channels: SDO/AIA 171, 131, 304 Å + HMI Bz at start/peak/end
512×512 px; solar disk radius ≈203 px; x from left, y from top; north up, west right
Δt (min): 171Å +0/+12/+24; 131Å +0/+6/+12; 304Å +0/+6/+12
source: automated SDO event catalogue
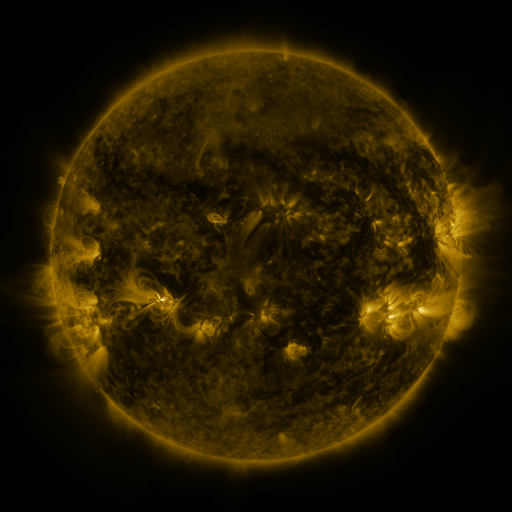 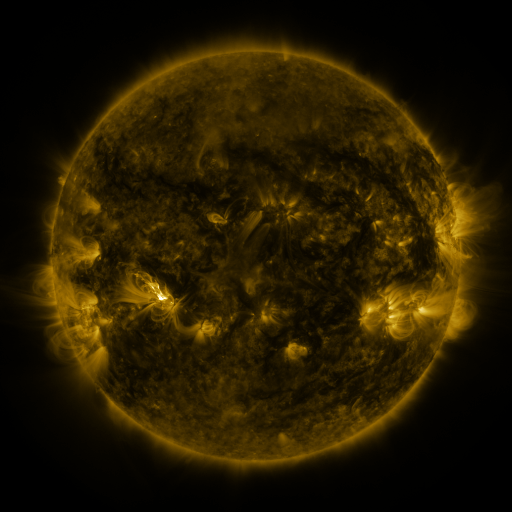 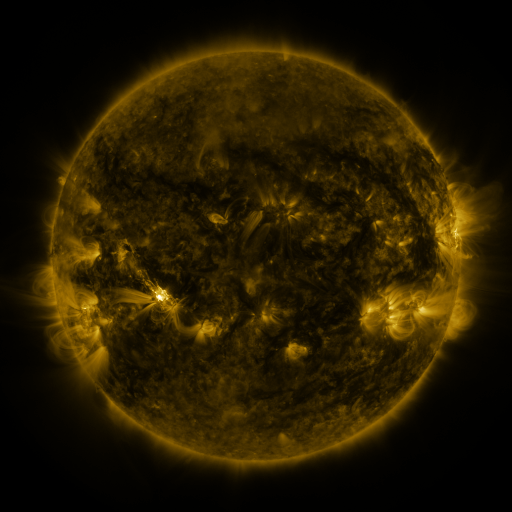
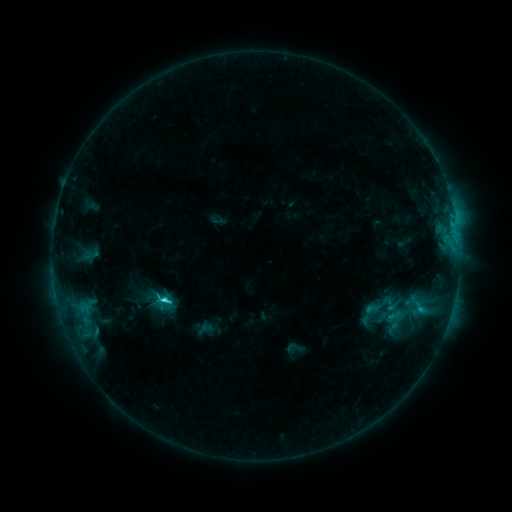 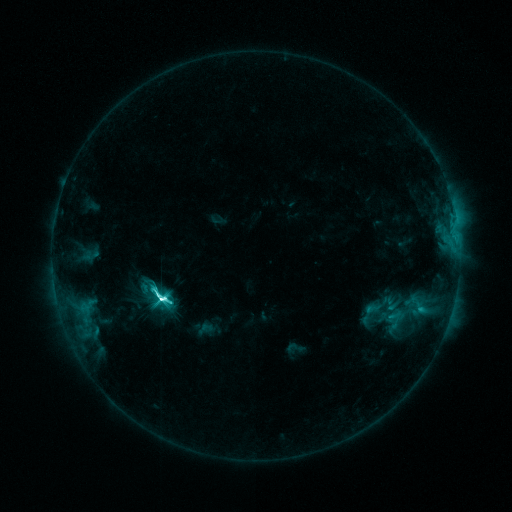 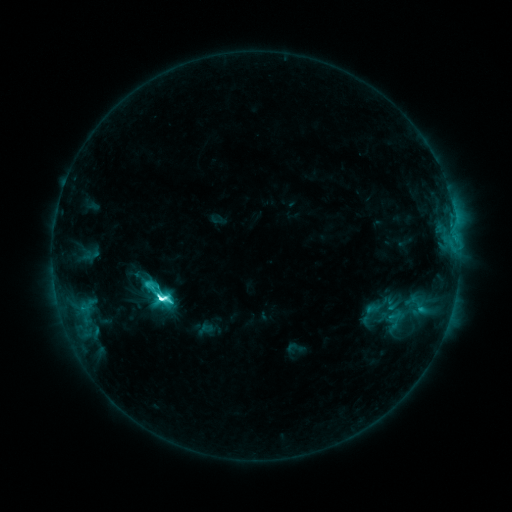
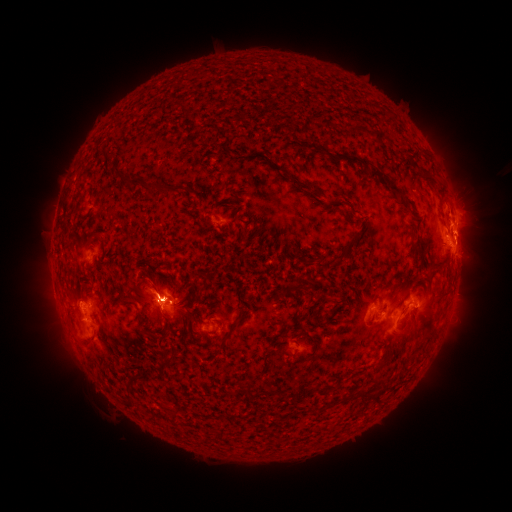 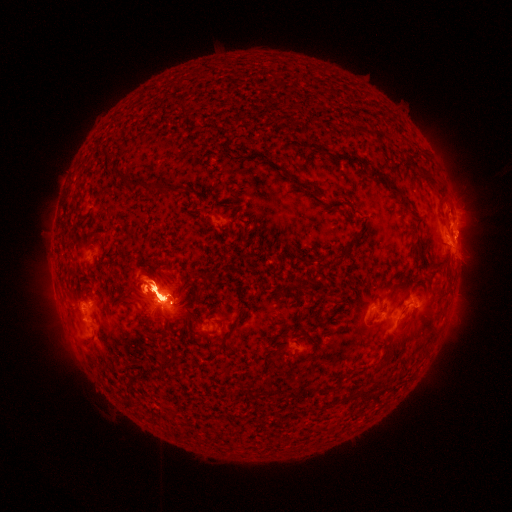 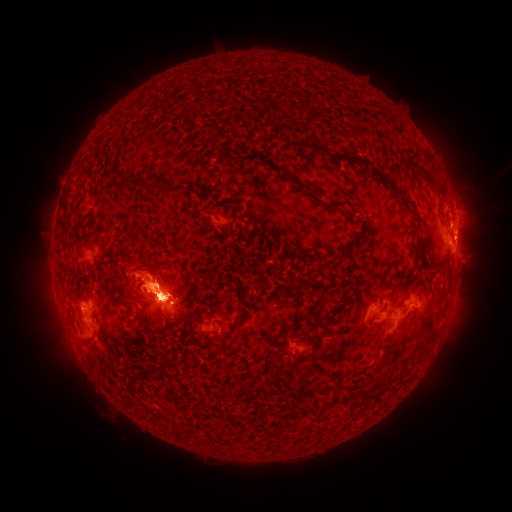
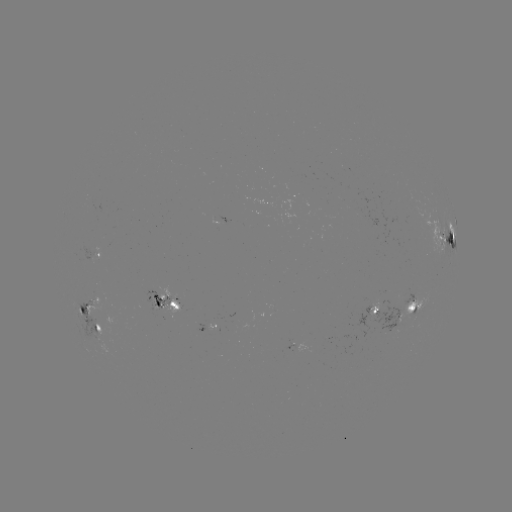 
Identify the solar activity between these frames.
eruption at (410, 331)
